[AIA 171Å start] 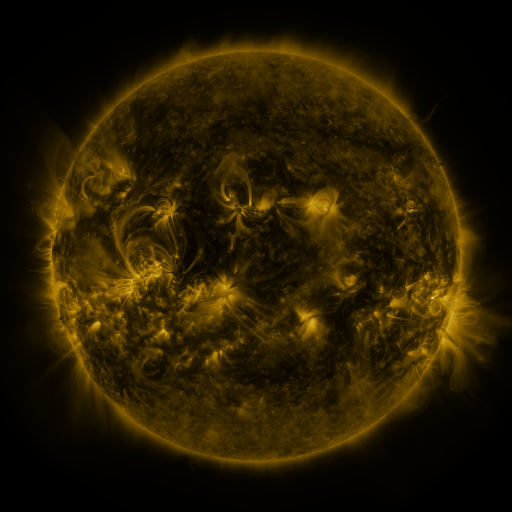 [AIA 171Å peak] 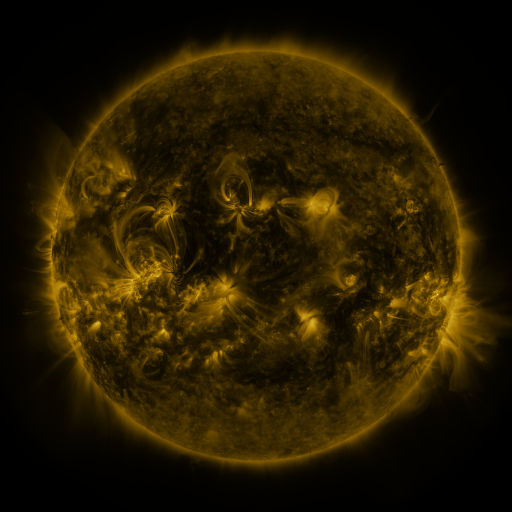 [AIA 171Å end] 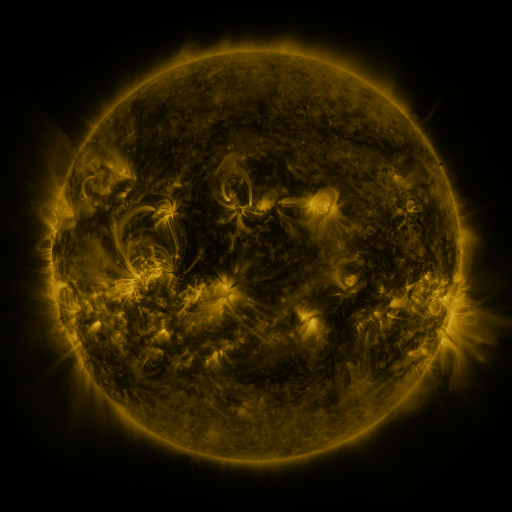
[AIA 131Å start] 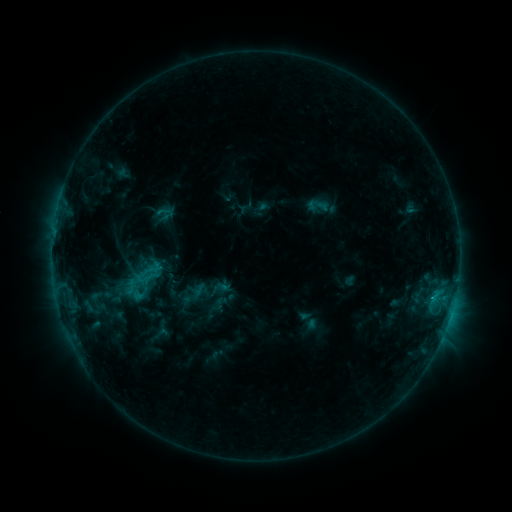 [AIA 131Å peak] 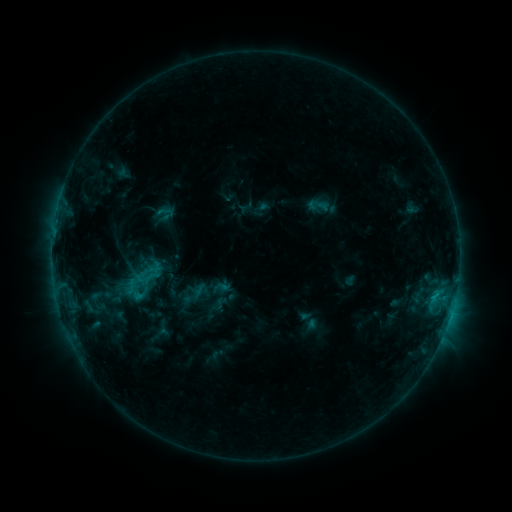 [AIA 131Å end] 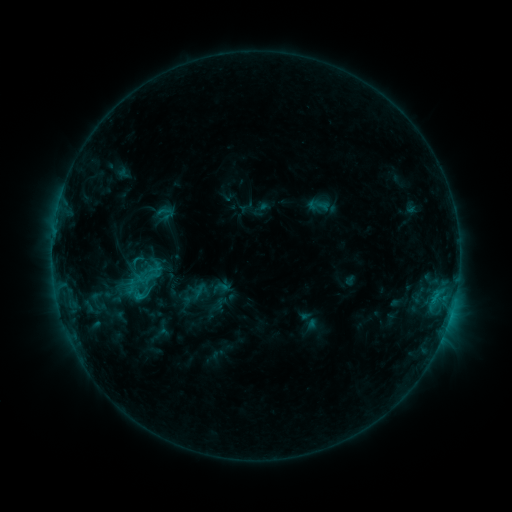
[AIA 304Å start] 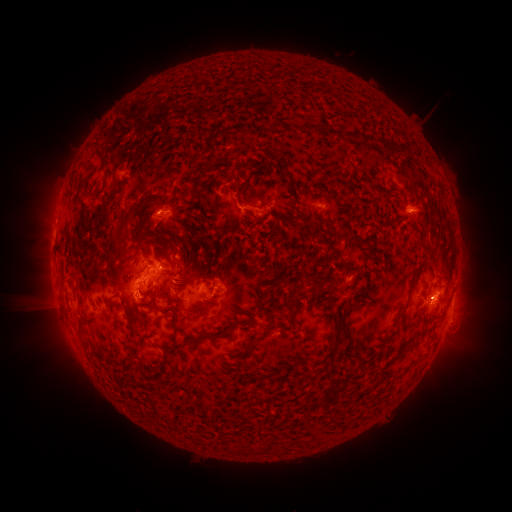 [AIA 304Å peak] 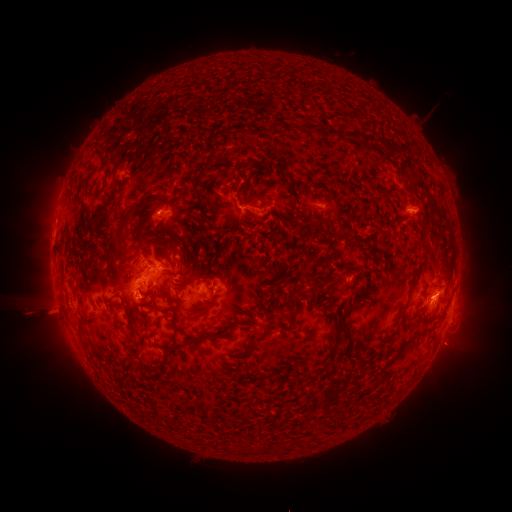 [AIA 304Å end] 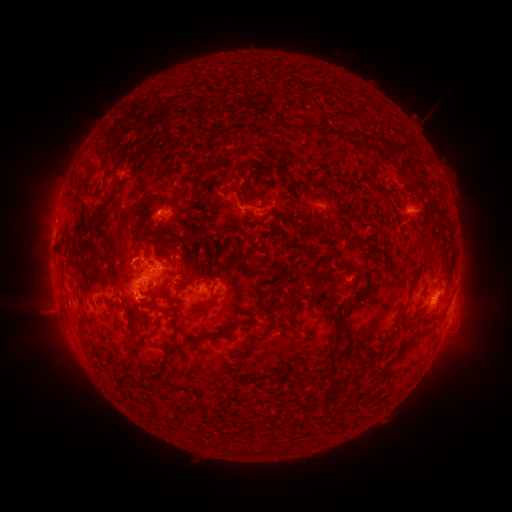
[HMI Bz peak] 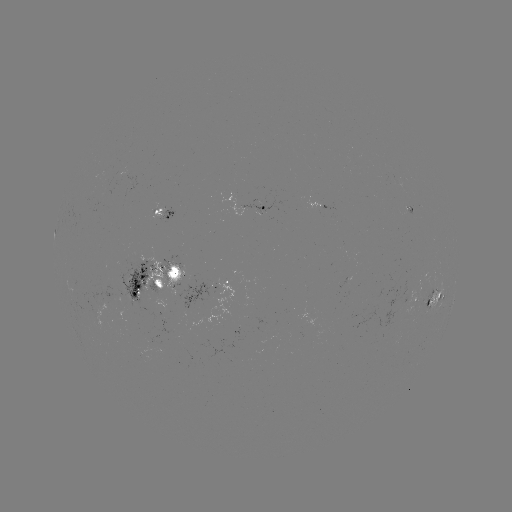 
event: eruption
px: (452, 347)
